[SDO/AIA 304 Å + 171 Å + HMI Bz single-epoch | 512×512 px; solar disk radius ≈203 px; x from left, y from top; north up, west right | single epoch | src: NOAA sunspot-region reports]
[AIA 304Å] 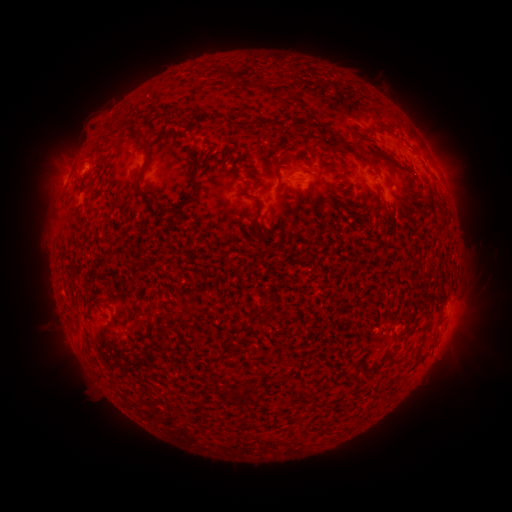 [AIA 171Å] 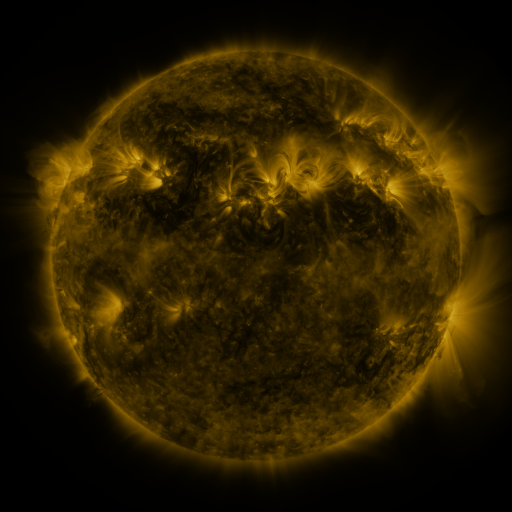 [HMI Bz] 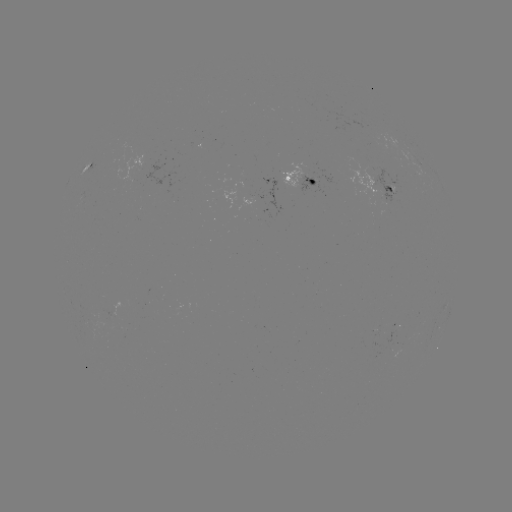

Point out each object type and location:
spotted active region: (421, 164)
spotted active region: (90, 167)
spotted active region: (299, 175)
spotted active region: (385, 187)
spotted active region: (395, 335)
